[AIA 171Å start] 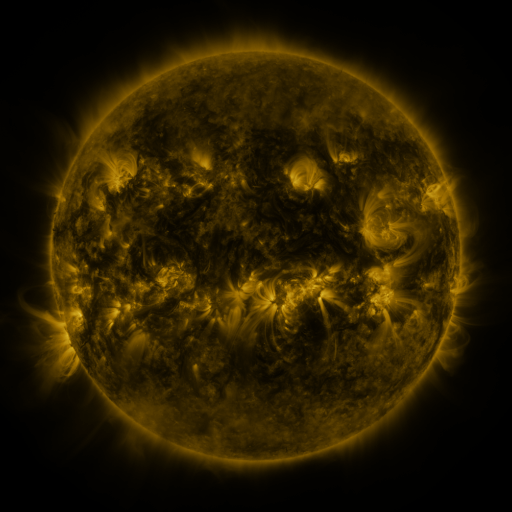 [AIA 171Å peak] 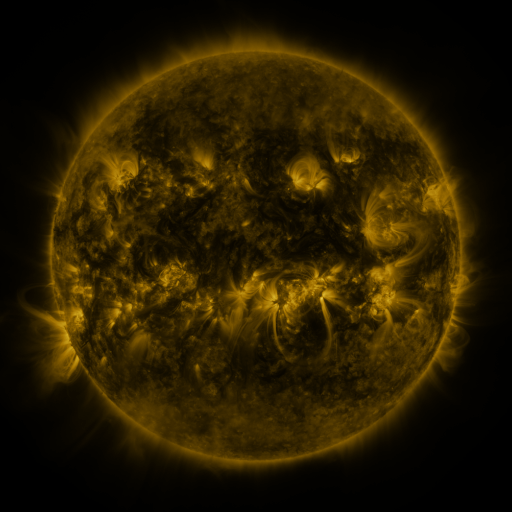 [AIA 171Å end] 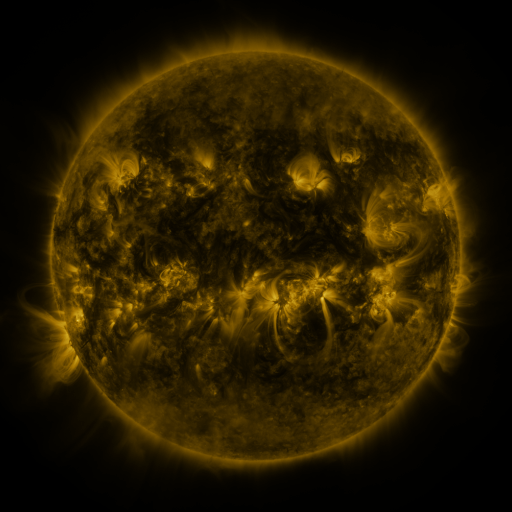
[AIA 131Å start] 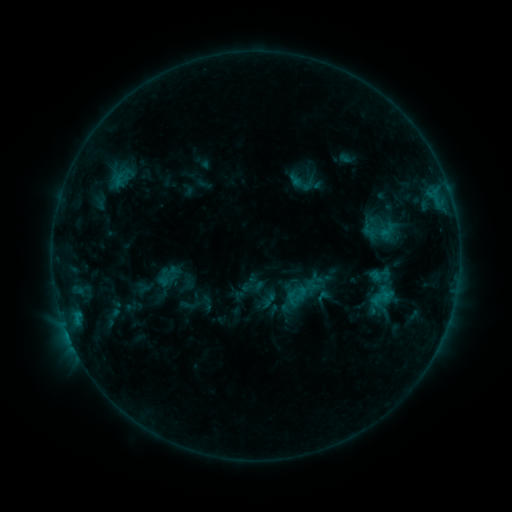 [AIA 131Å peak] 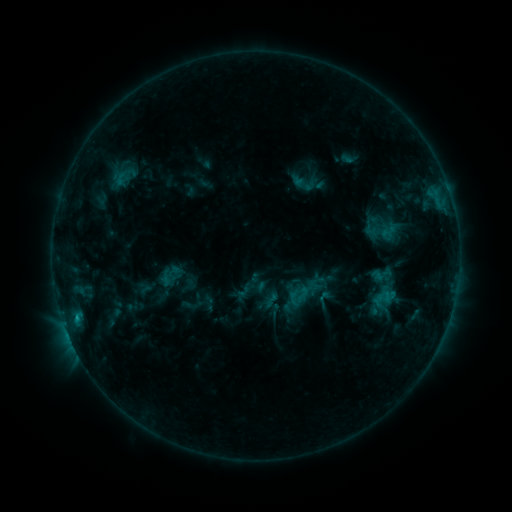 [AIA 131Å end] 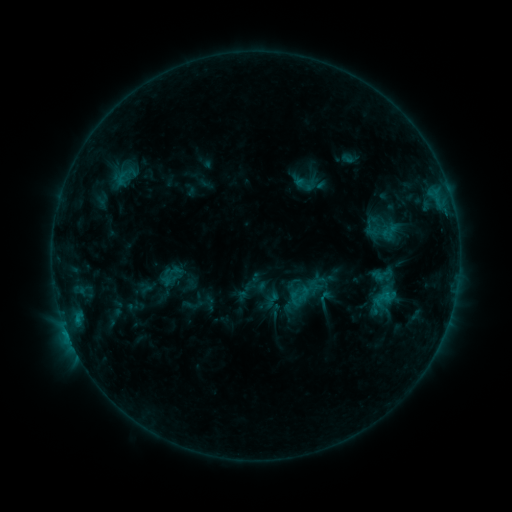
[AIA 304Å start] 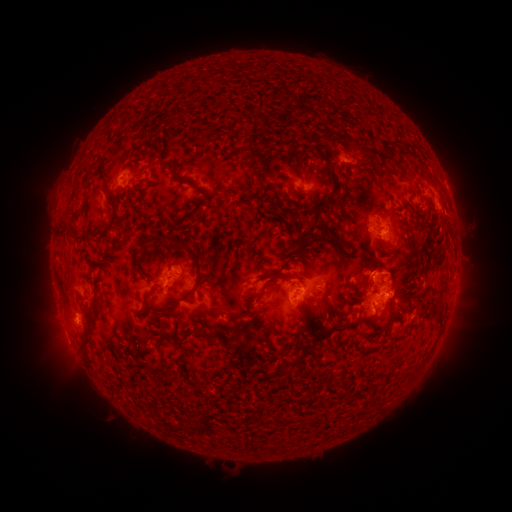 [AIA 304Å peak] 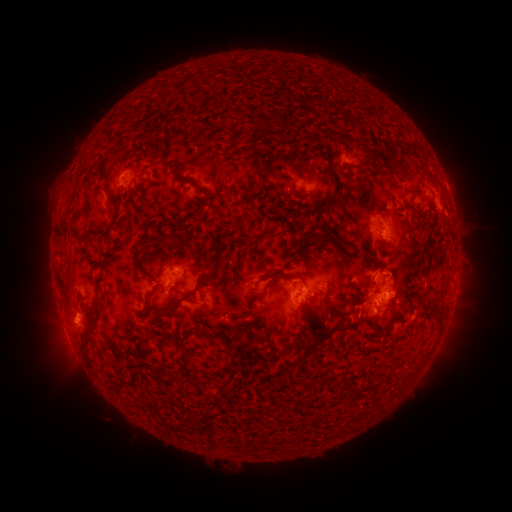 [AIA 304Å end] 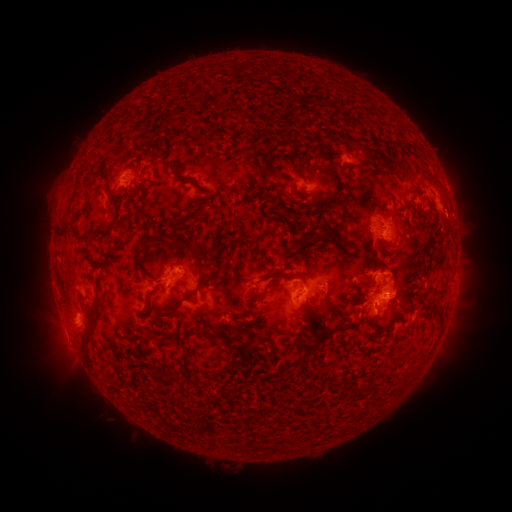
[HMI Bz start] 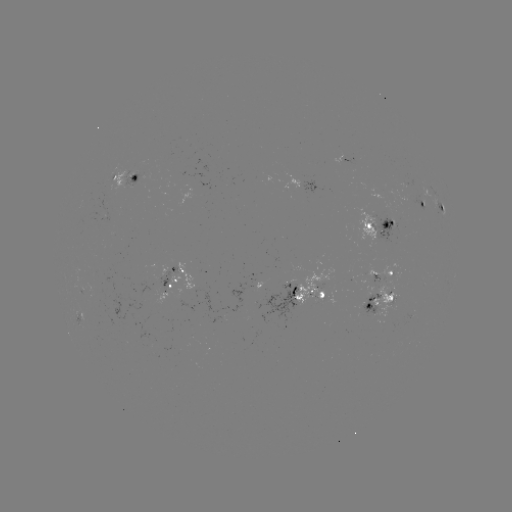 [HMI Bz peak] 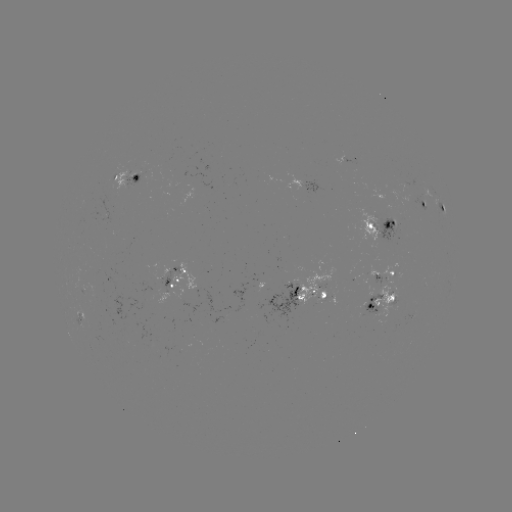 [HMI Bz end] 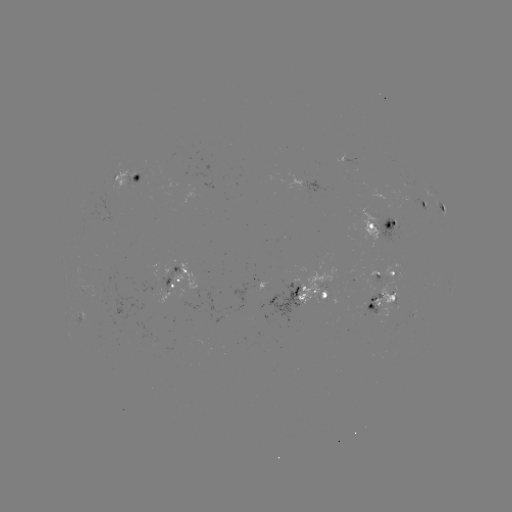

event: emerging-flux region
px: (409, 183)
